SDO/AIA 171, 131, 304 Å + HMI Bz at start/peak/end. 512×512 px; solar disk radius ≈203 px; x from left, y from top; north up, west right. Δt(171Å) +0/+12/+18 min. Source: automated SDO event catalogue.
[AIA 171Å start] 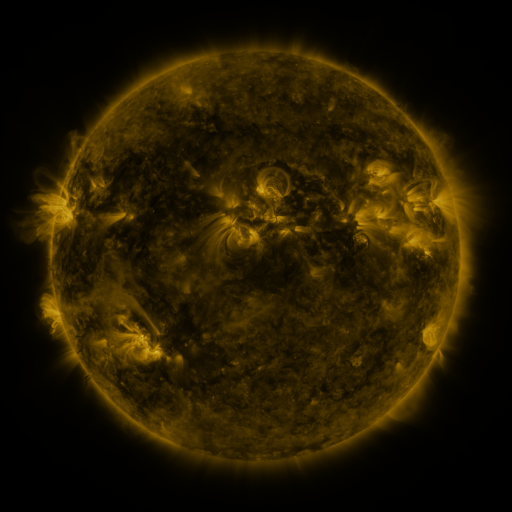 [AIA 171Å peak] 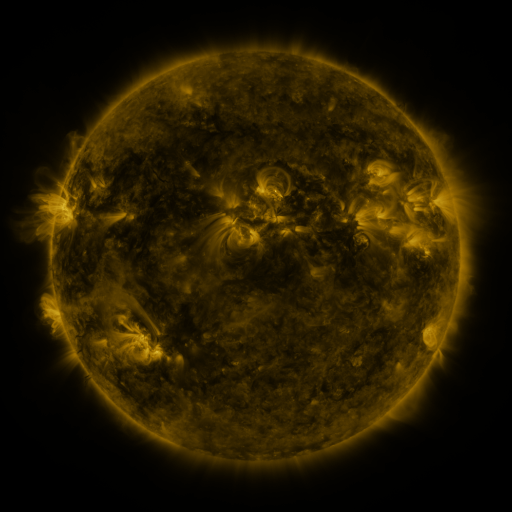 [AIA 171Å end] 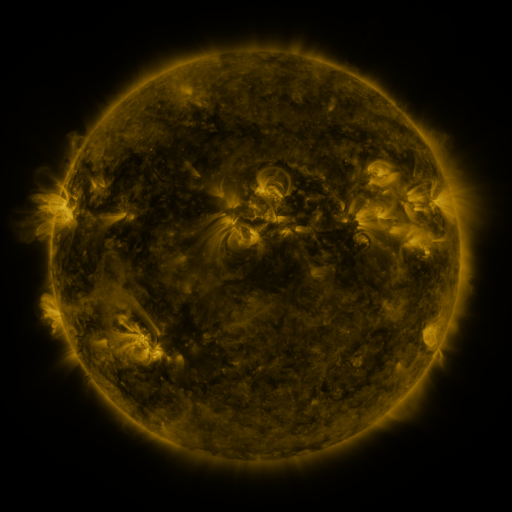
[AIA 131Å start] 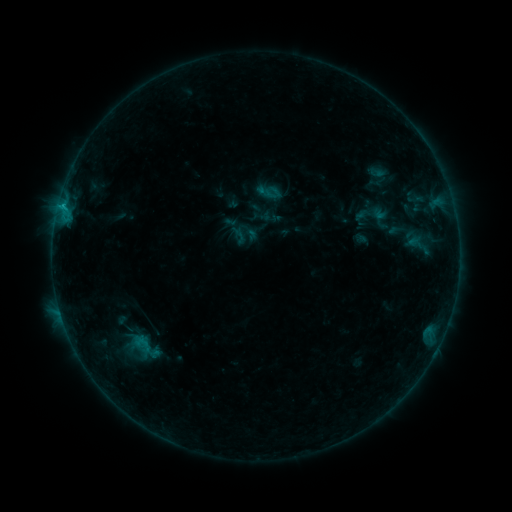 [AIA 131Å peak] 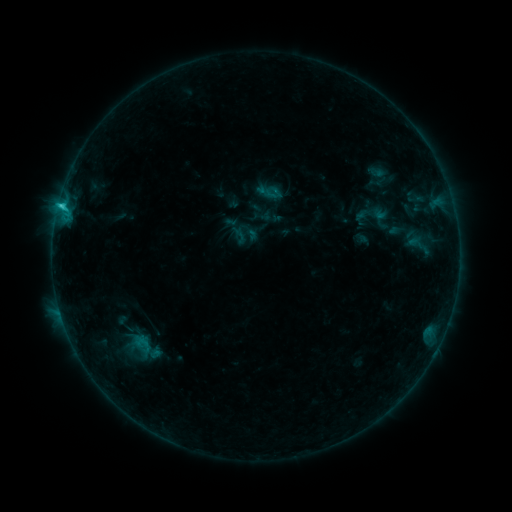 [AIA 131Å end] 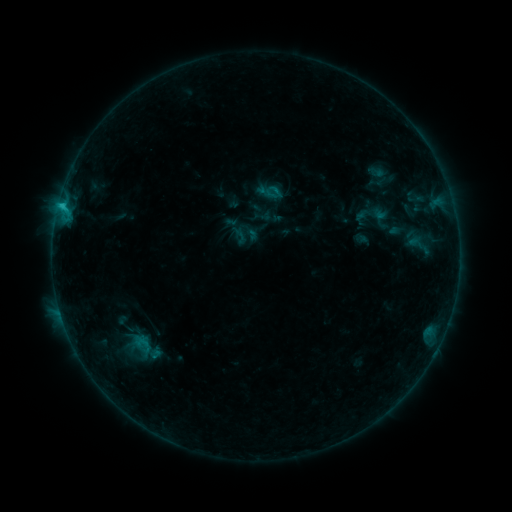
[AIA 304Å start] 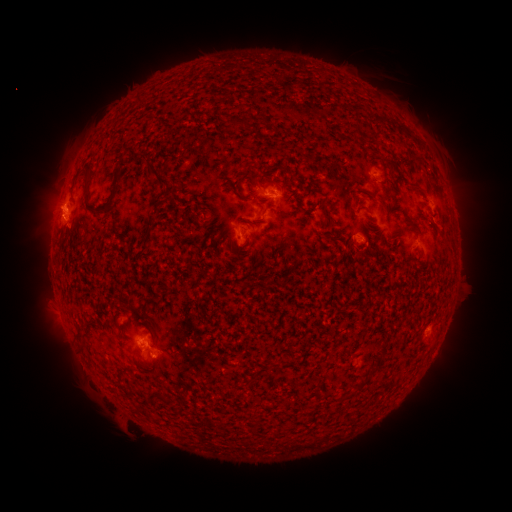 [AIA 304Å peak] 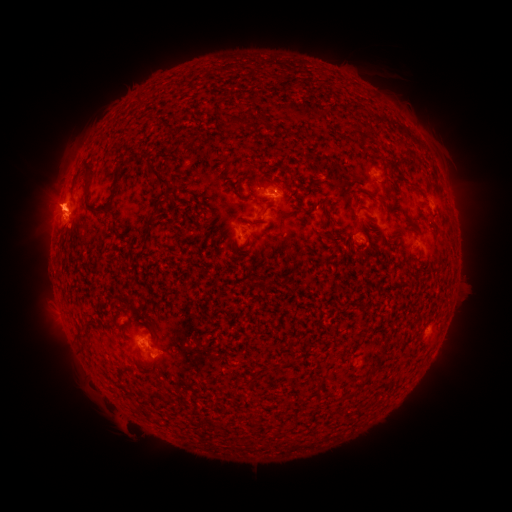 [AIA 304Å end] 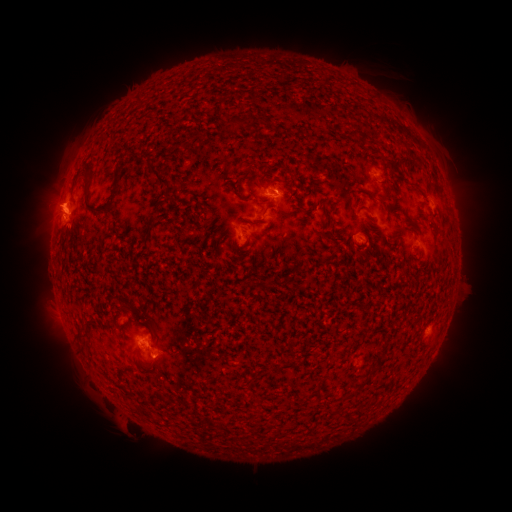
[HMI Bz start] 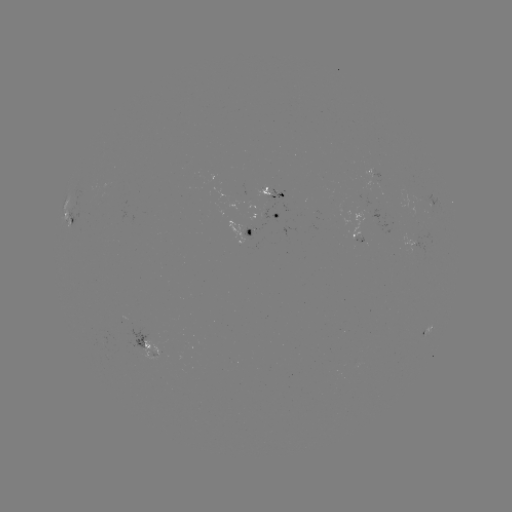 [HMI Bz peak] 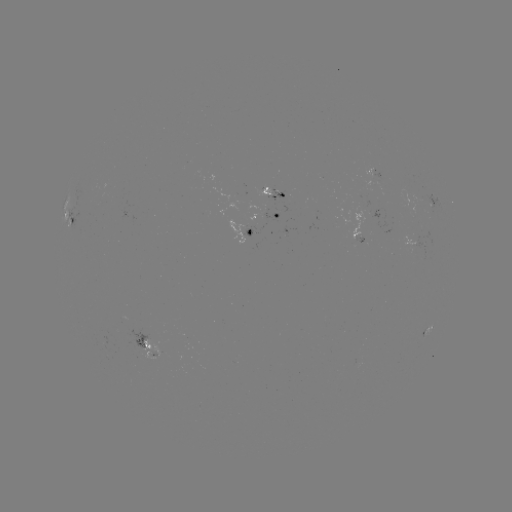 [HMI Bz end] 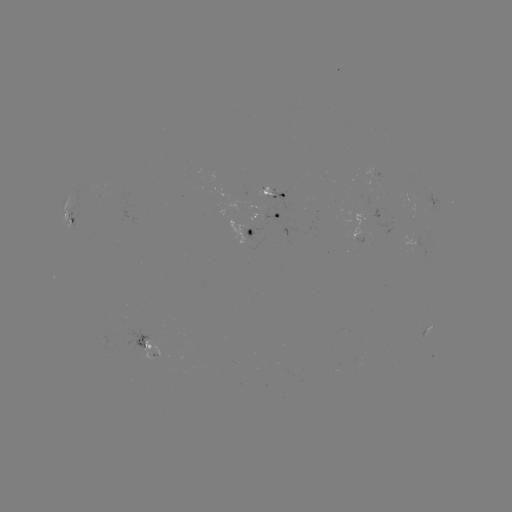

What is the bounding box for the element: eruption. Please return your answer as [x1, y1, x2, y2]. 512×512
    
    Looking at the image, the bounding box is [19, 173, 95, 245].